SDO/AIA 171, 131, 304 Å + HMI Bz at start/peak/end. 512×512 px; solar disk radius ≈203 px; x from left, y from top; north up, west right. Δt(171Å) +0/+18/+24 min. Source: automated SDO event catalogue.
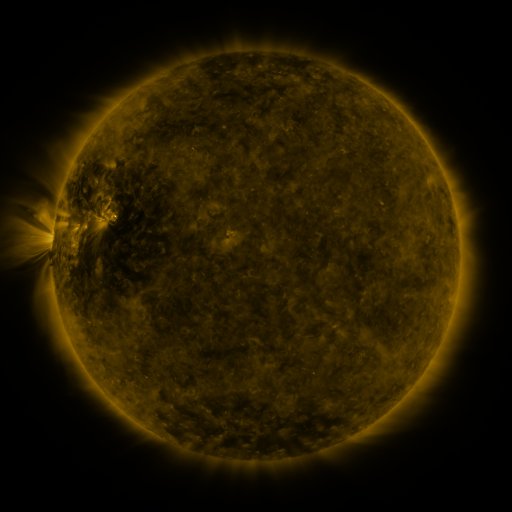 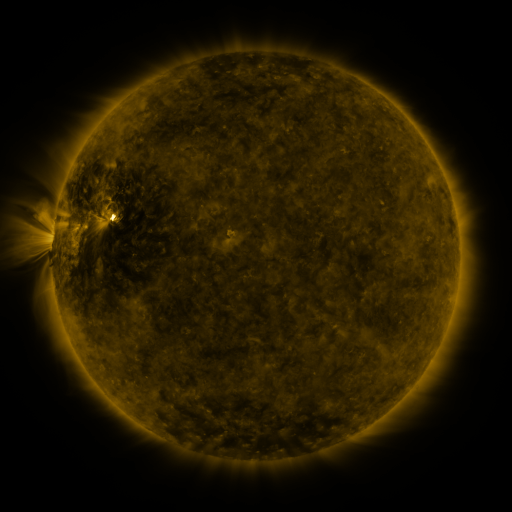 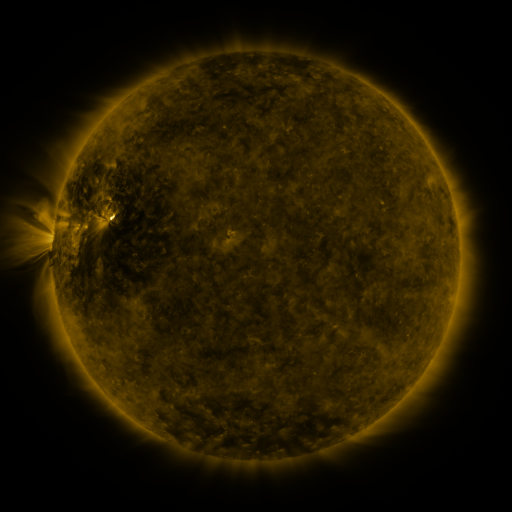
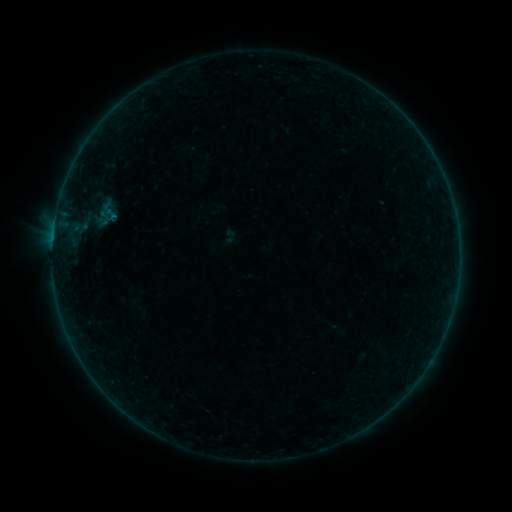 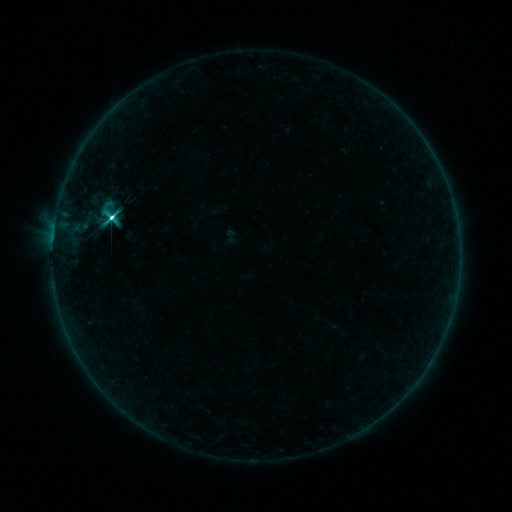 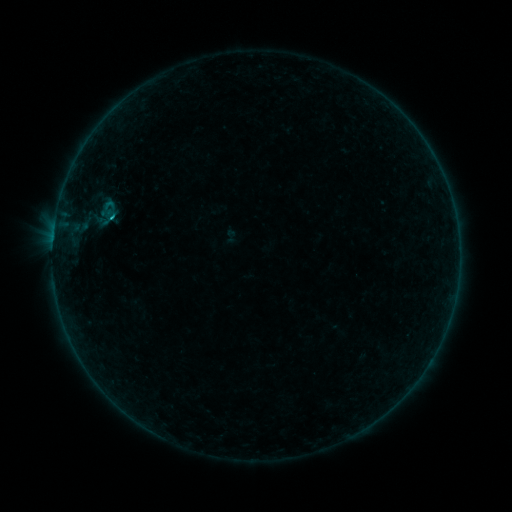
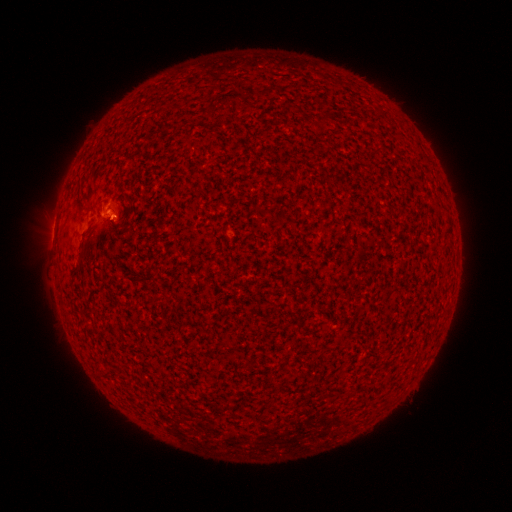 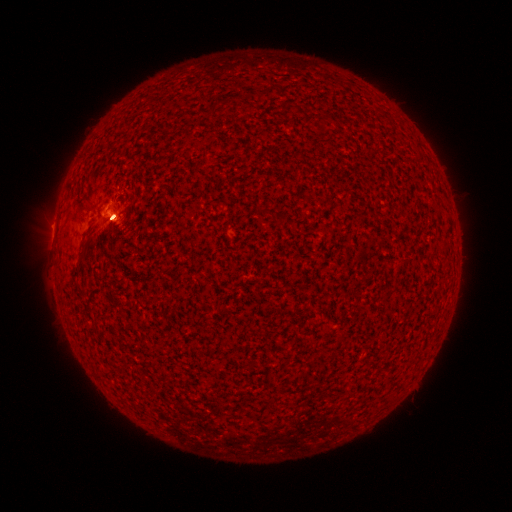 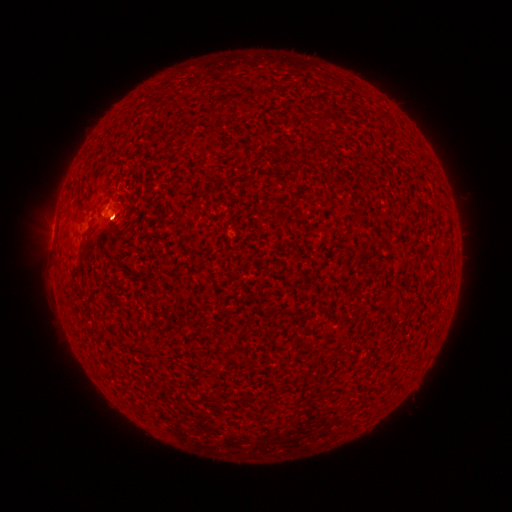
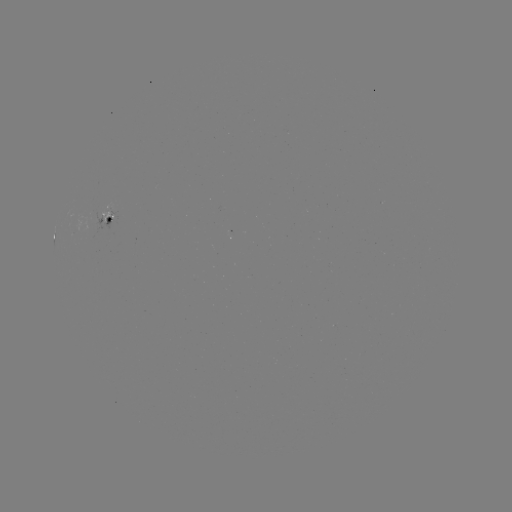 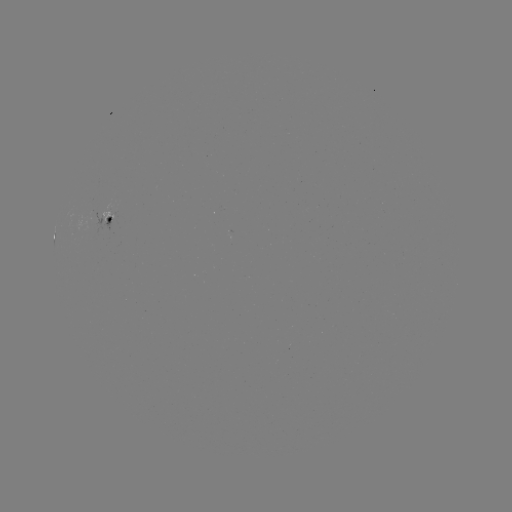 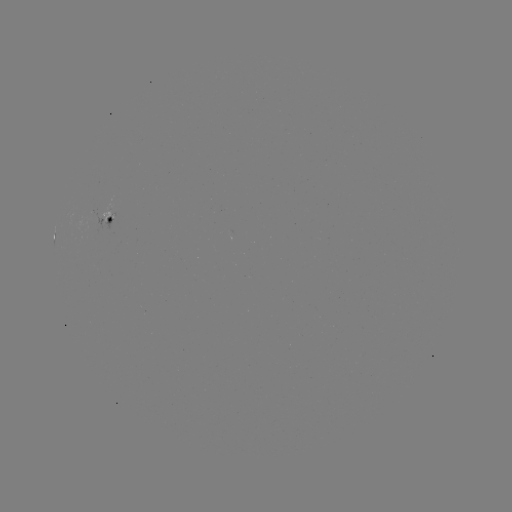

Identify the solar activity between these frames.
C7.3 flare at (113, 218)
